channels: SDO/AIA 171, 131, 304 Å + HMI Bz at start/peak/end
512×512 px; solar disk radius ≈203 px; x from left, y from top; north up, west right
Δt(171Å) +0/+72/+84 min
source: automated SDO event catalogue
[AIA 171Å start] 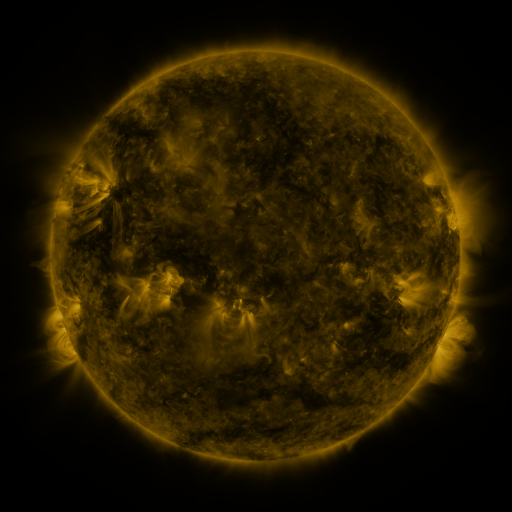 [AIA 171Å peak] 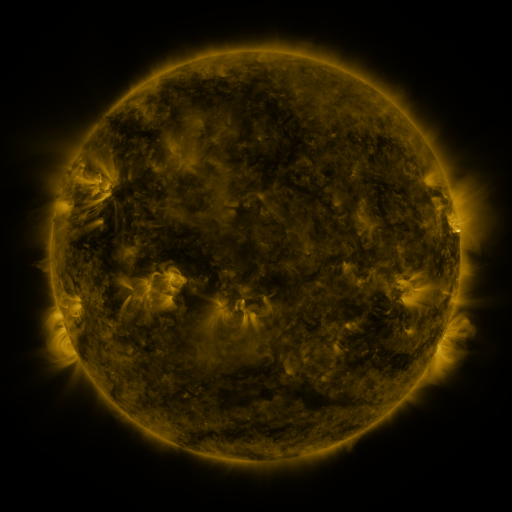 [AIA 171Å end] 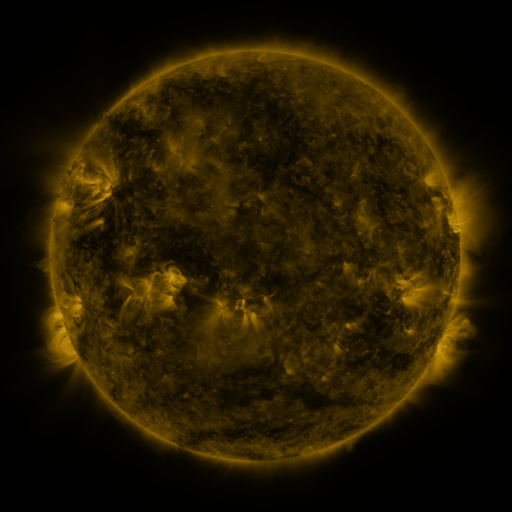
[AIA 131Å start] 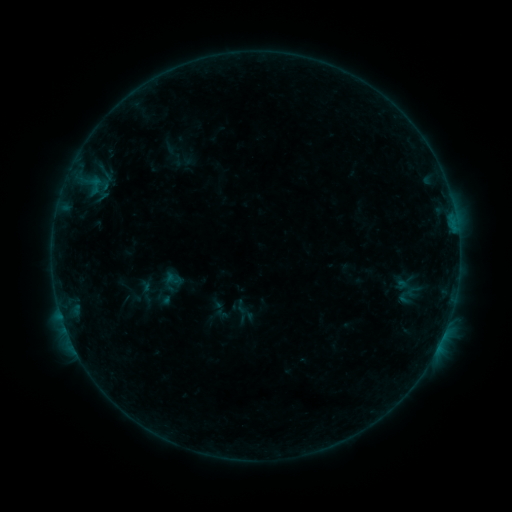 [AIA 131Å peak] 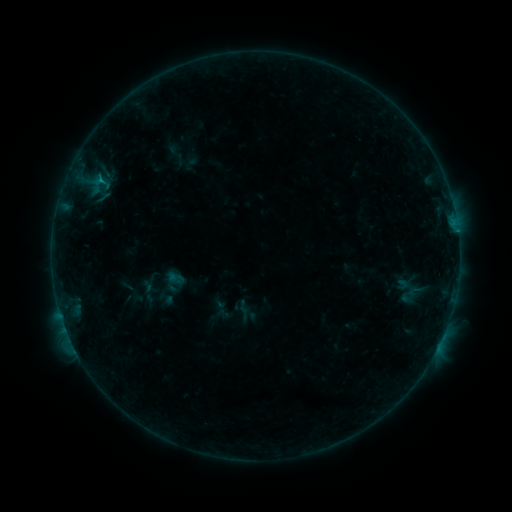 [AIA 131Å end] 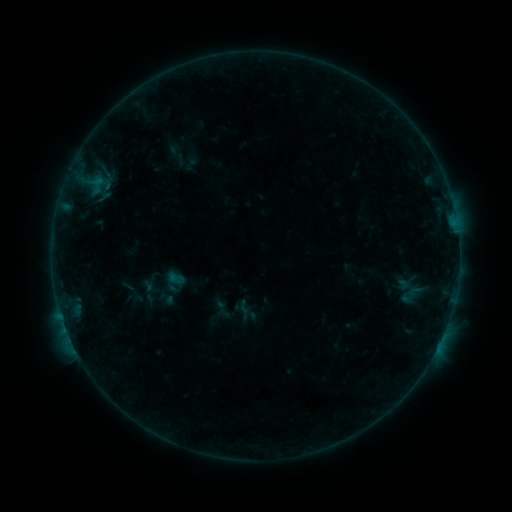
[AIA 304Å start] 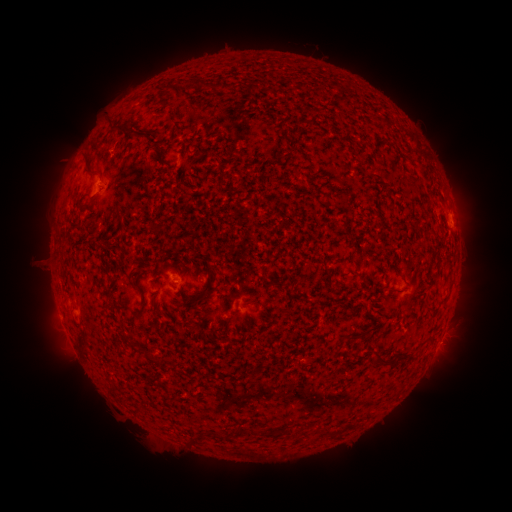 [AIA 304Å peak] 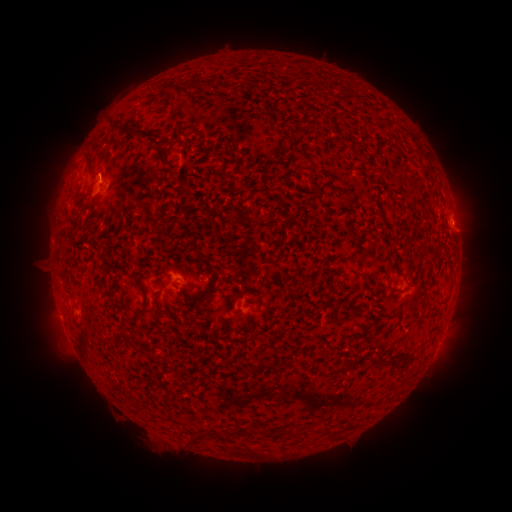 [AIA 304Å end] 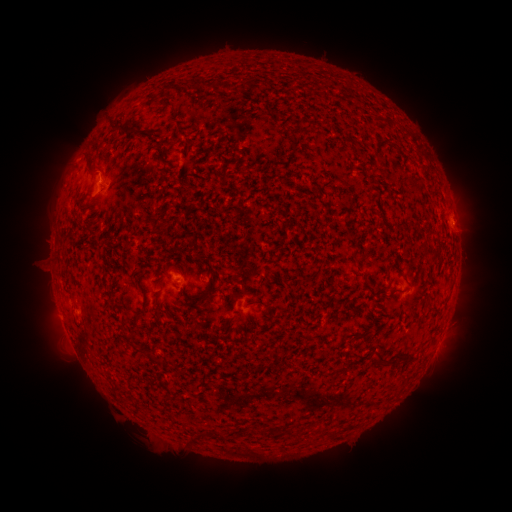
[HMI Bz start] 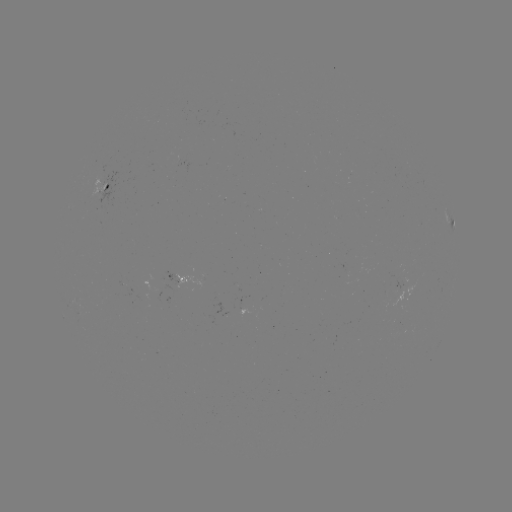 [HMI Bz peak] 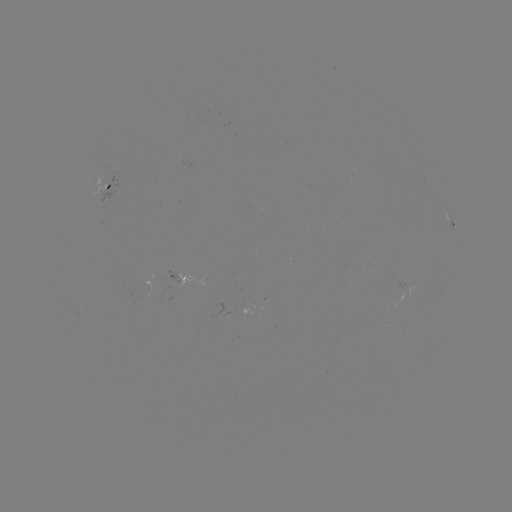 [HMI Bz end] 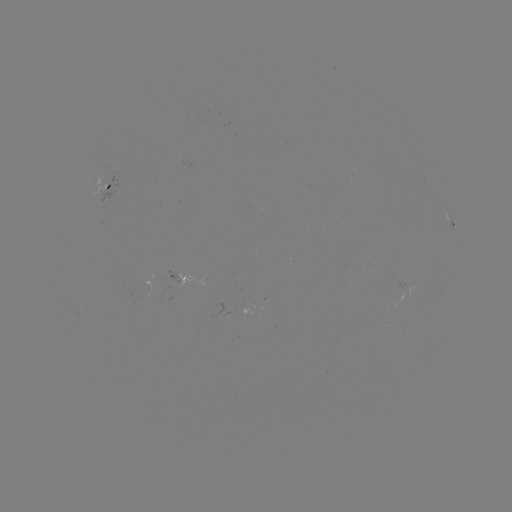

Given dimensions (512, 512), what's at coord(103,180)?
emerging-flux region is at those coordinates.